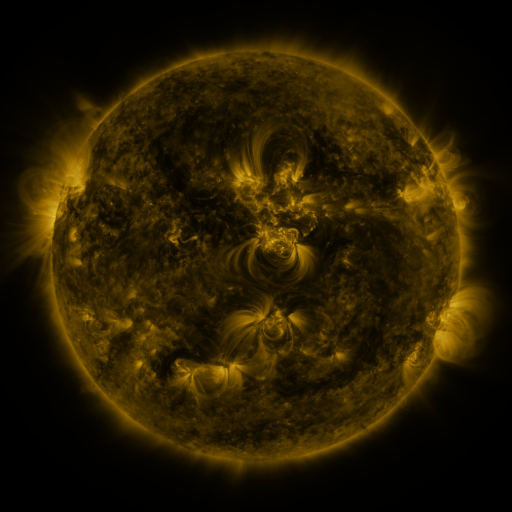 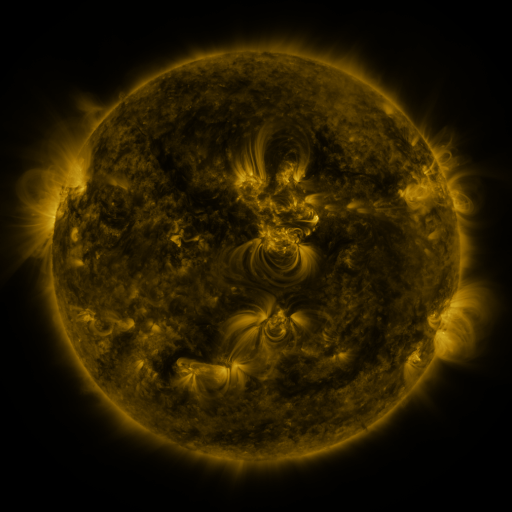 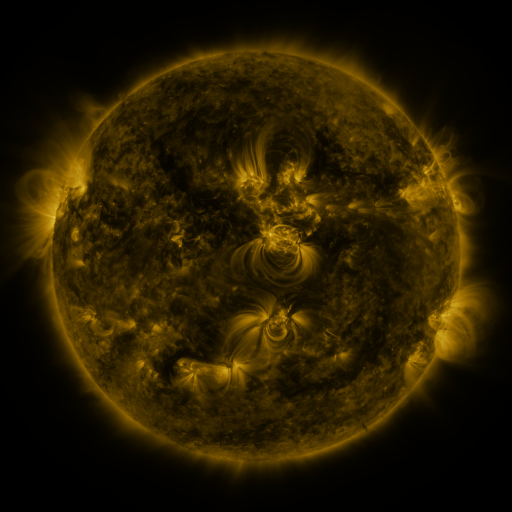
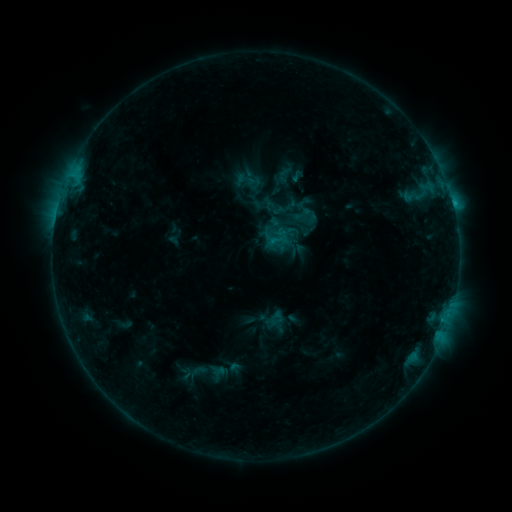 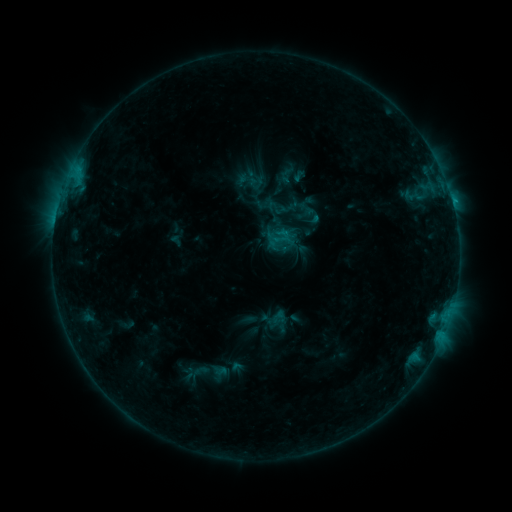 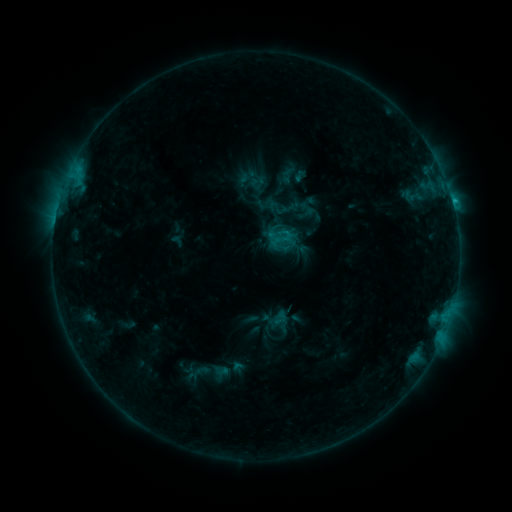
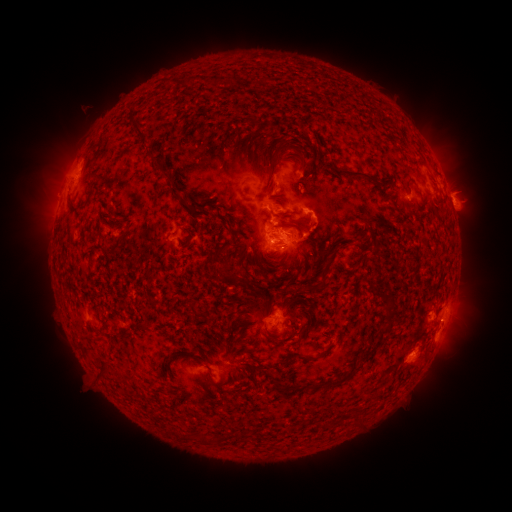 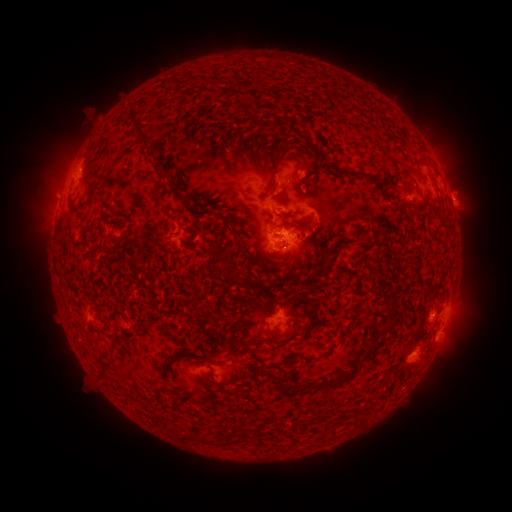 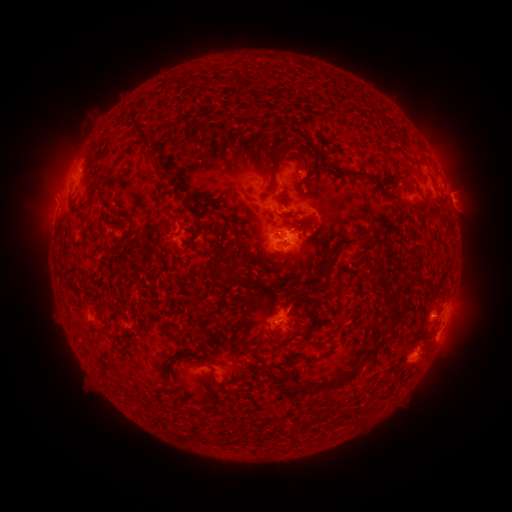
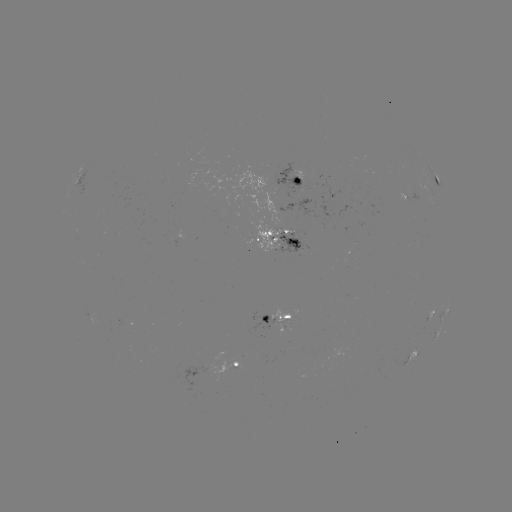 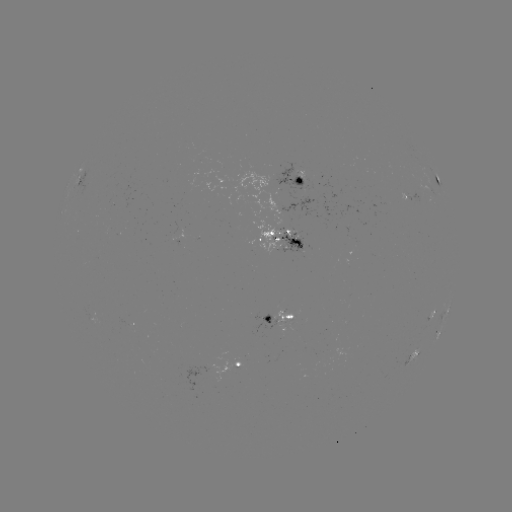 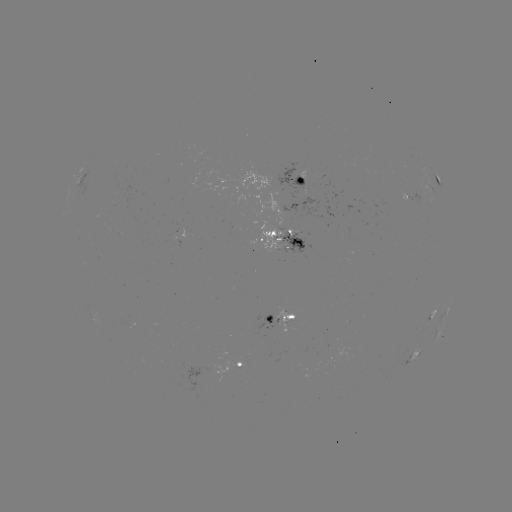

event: emerging-flux region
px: (288, 319)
